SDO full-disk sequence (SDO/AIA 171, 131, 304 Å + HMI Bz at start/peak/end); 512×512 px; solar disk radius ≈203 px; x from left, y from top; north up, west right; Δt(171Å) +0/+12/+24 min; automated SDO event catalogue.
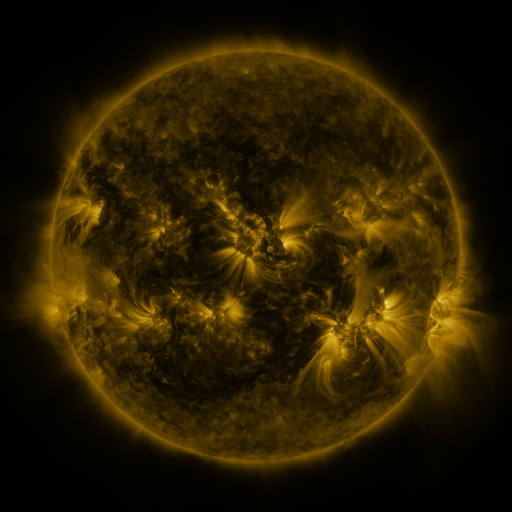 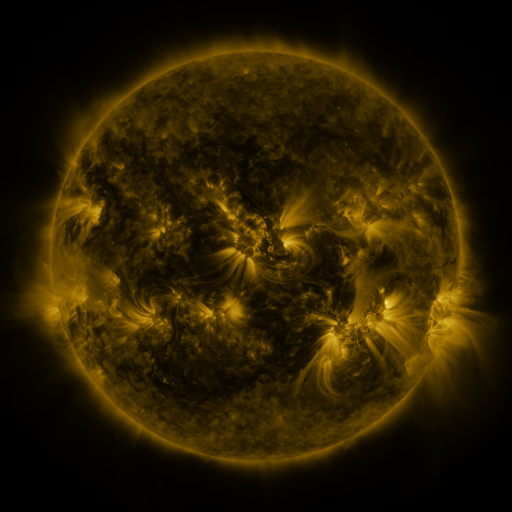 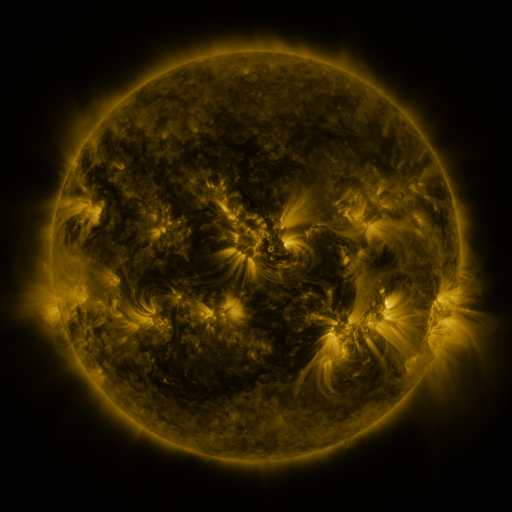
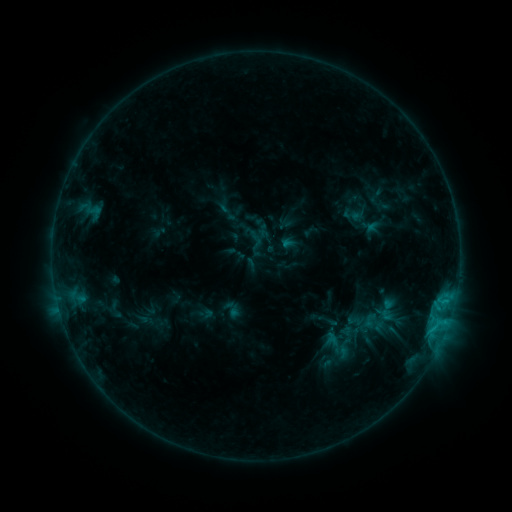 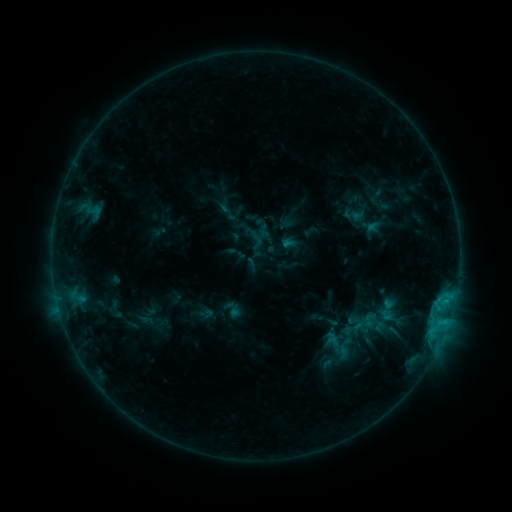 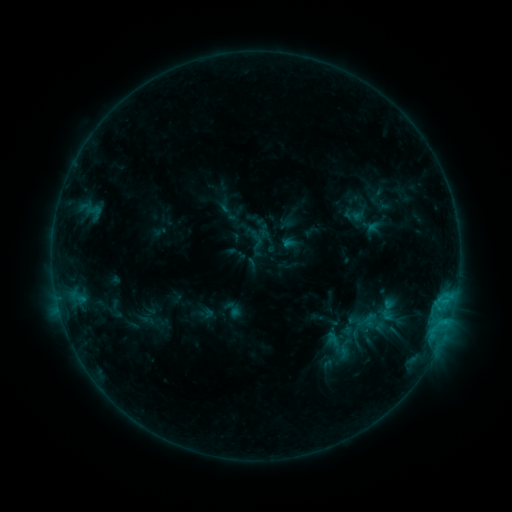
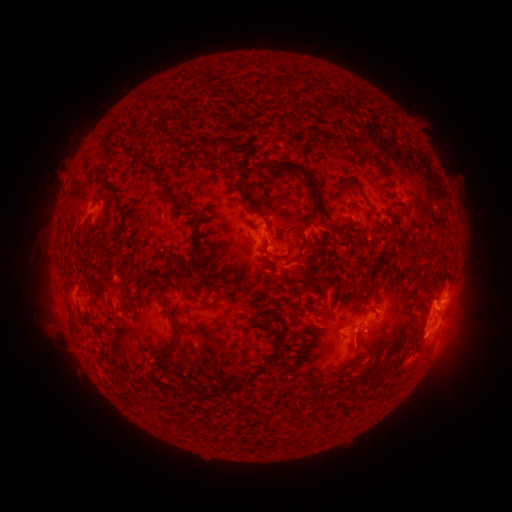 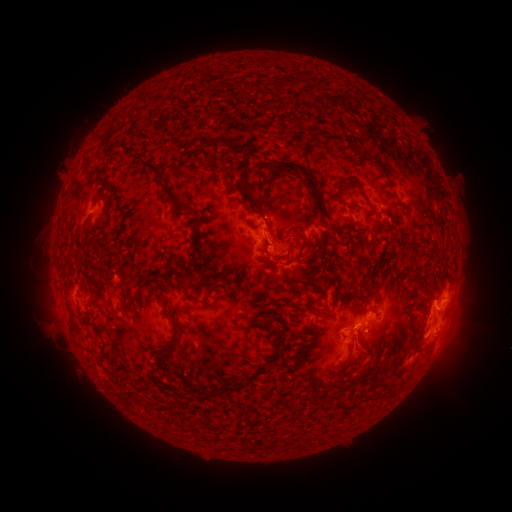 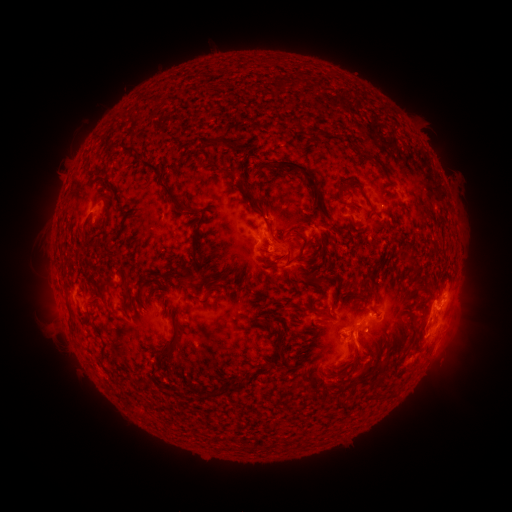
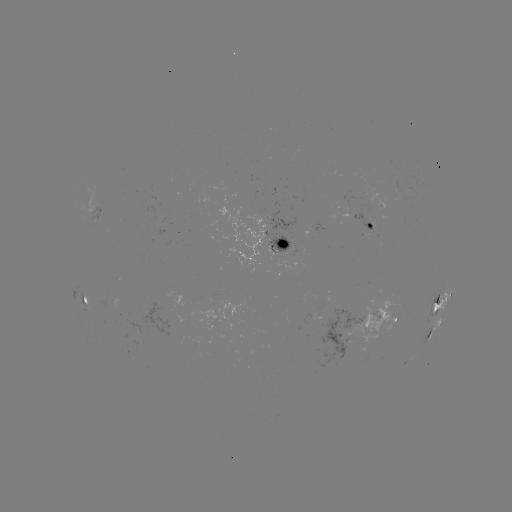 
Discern eruption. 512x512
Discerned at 360,359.